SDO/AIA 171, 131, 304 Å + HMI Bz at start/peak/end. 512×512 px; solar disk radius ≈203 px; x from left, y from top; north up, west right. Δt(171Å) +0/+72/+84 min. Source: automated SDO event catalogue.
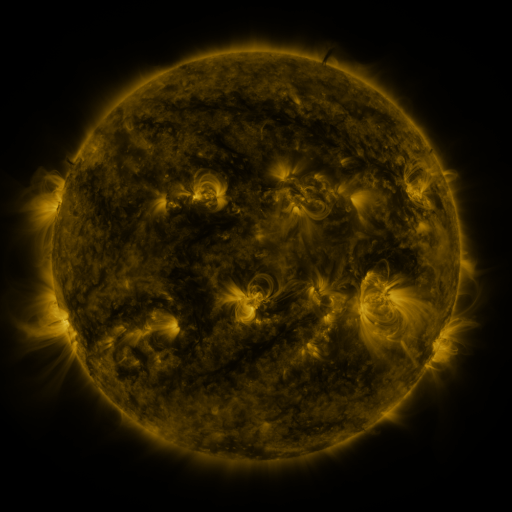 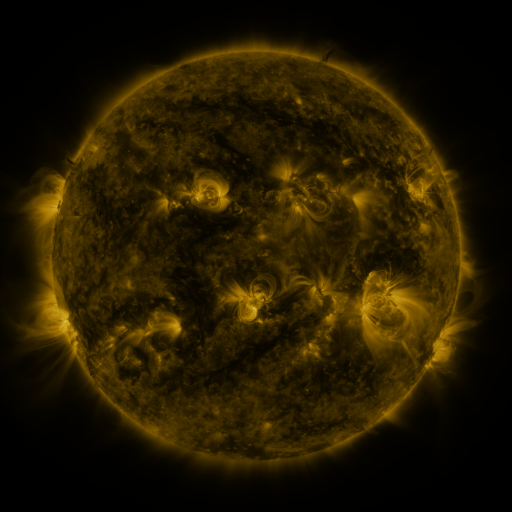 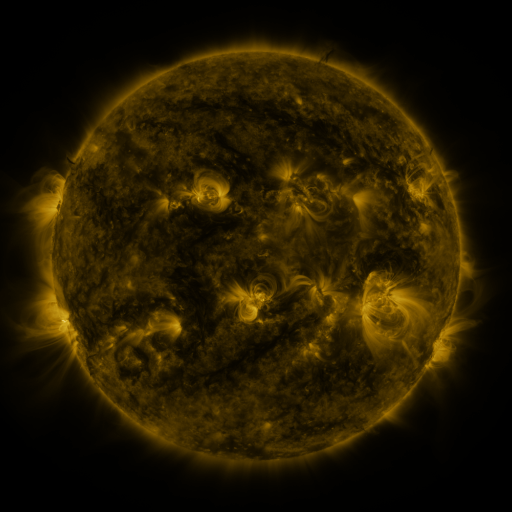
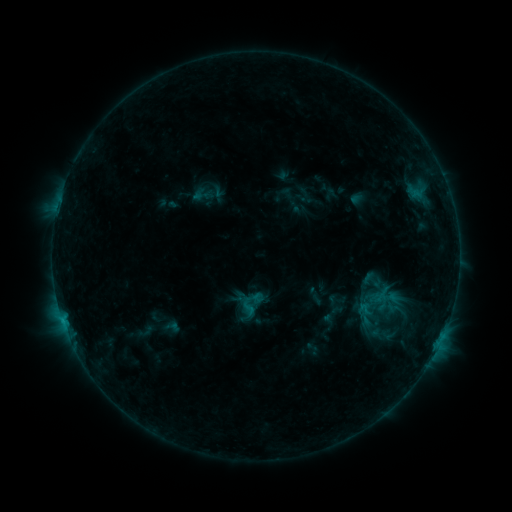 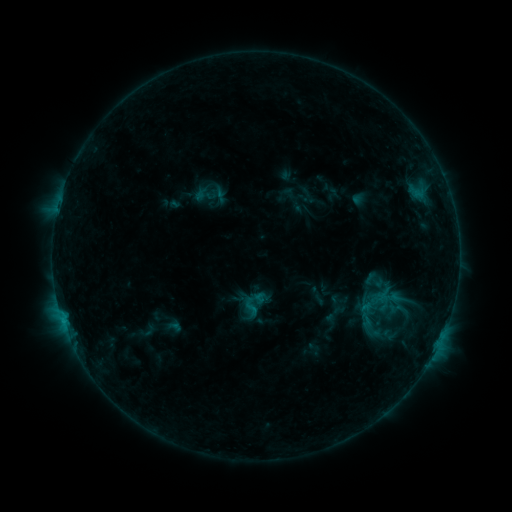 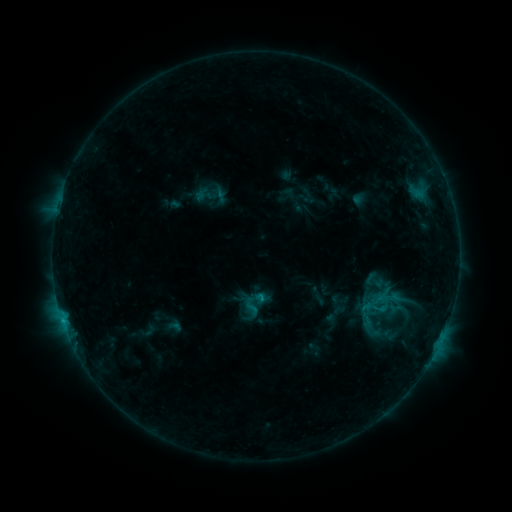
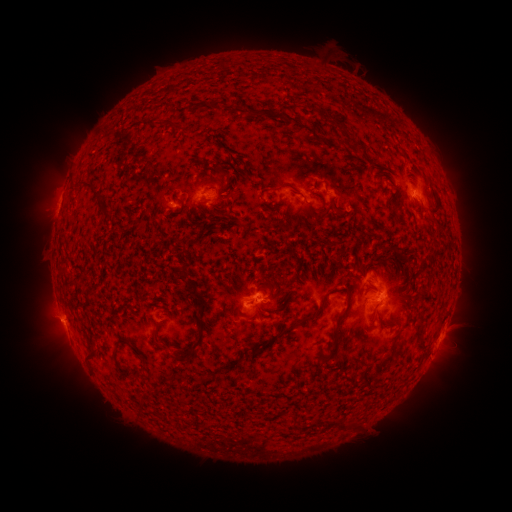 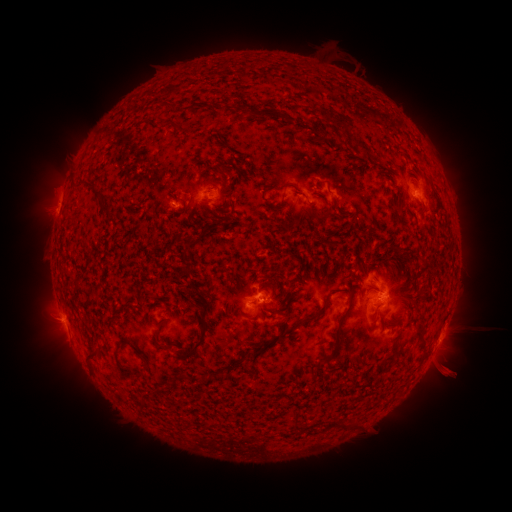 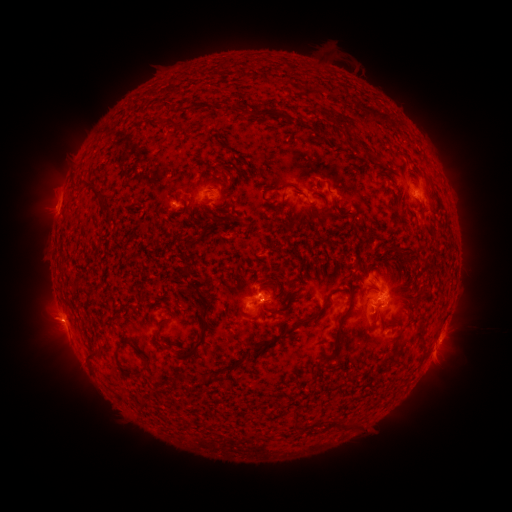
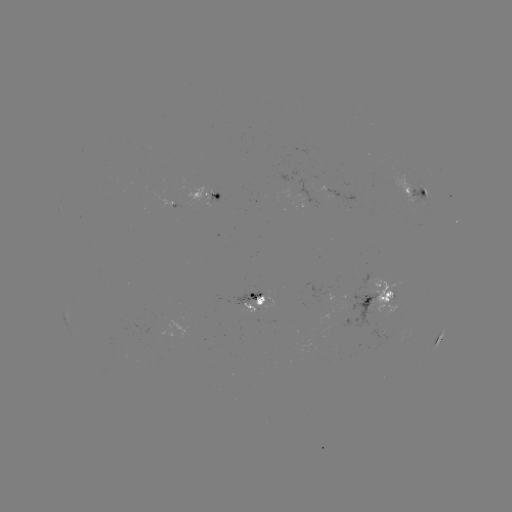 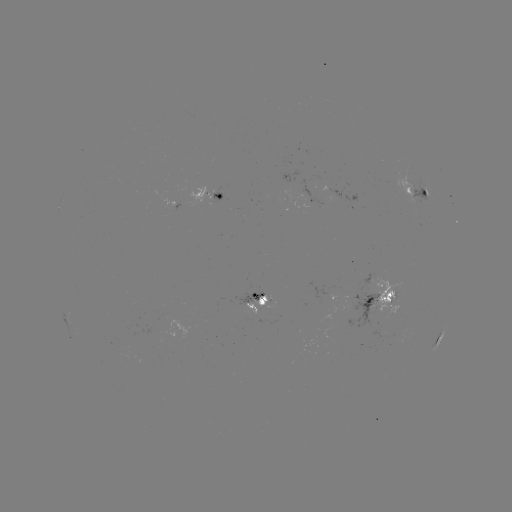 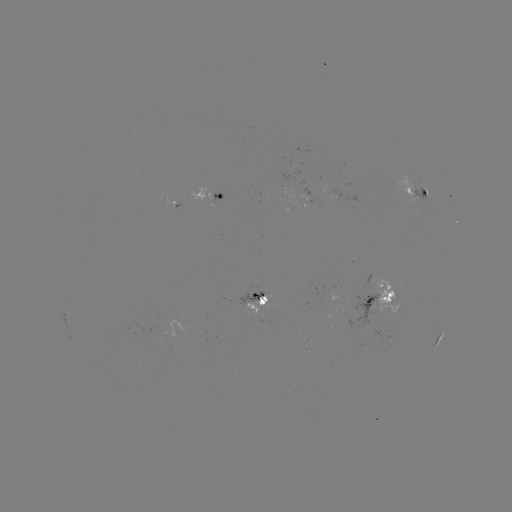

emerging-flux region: <bbox>344, 291, 377, 329</bbox>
